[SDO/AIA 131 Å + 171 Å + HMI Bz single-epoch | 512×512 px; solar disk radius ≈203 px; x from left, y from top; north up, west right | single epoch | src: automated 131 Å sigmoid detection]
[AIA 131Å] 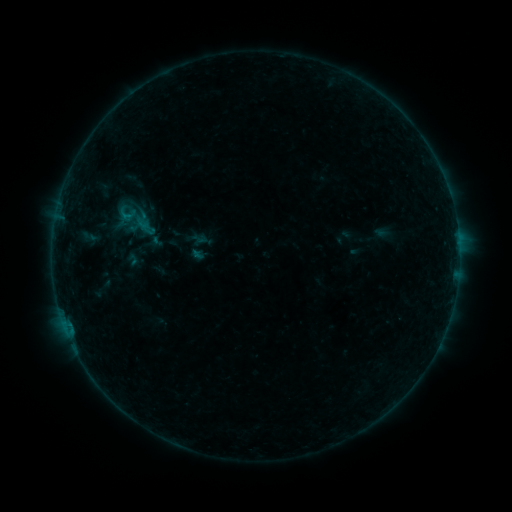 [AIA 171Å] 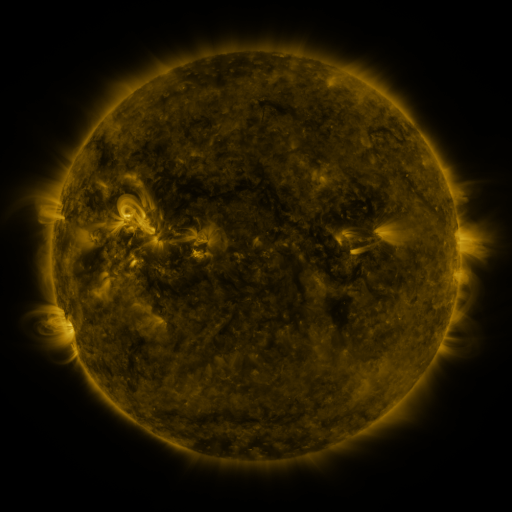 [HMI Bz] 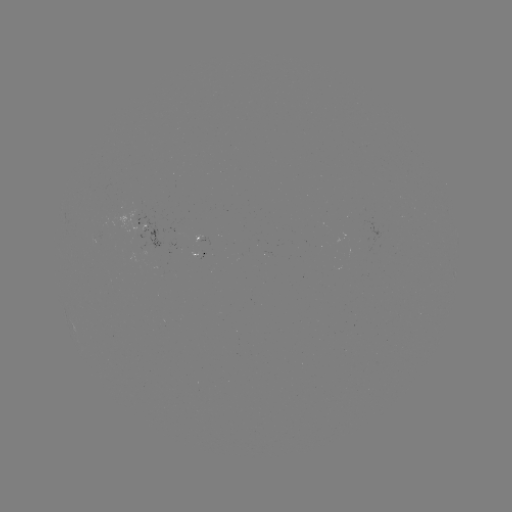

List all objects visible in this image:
sigmoid: (128, 215)
